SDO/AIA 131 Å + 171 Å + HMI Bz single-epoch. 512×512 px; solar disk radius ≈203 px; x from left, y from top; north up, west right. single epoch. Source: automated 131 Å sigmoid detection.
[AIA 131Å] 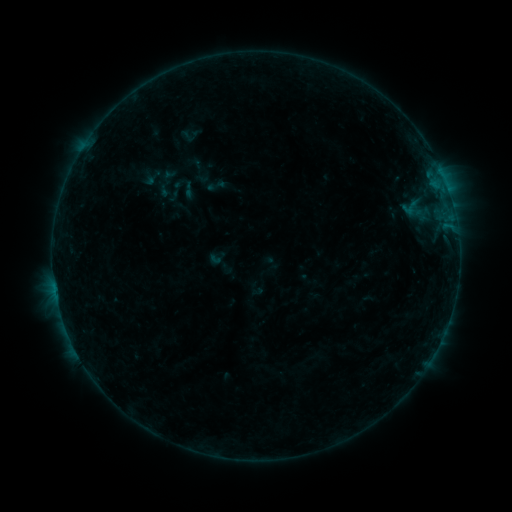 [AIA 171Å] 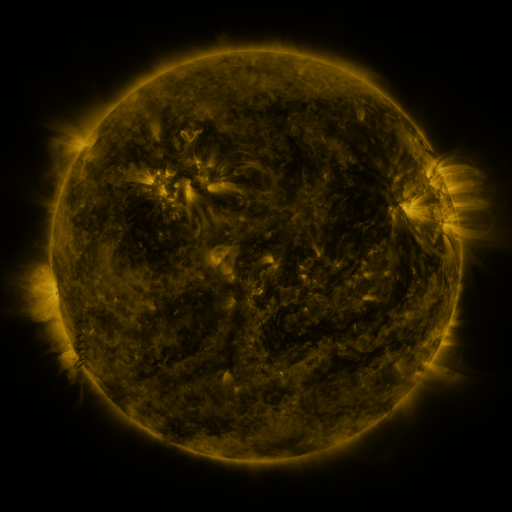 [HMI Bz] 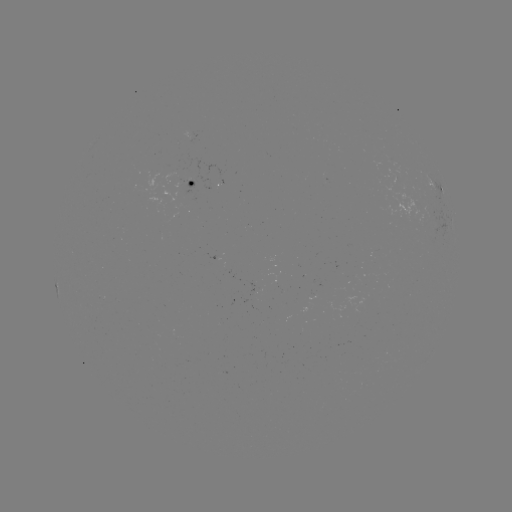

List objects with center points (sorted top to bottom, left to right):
sigmoid: <bbox>397, 195, 422, 221</bbox>
